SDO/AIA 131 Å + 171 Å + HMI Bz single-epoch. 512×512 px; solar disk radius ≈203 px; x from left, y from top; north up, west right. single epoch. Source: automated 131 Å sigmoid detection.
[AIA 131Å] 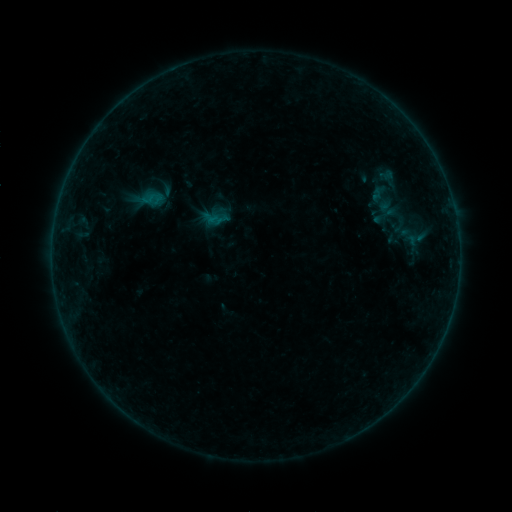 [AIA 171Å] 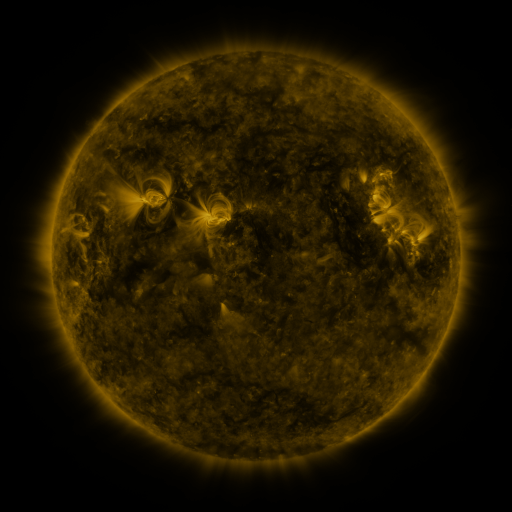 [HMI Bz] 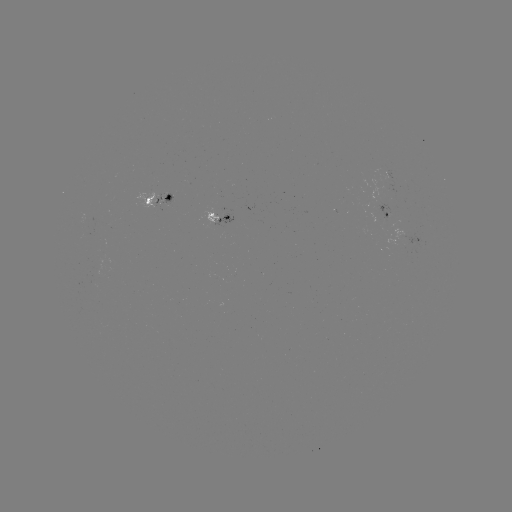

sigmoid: (141, 187, 164, 211)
